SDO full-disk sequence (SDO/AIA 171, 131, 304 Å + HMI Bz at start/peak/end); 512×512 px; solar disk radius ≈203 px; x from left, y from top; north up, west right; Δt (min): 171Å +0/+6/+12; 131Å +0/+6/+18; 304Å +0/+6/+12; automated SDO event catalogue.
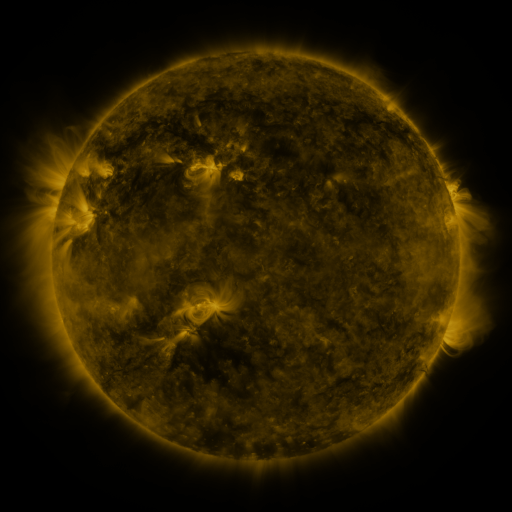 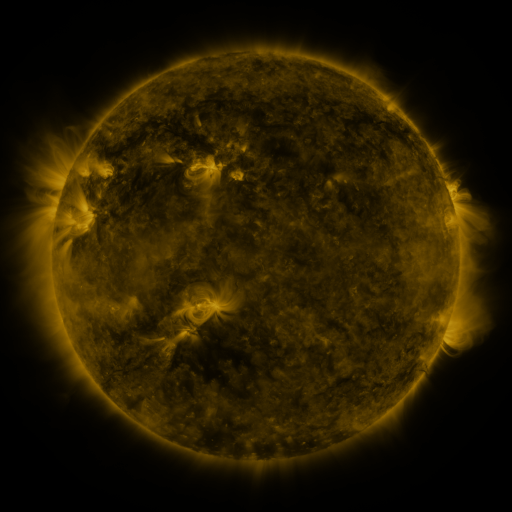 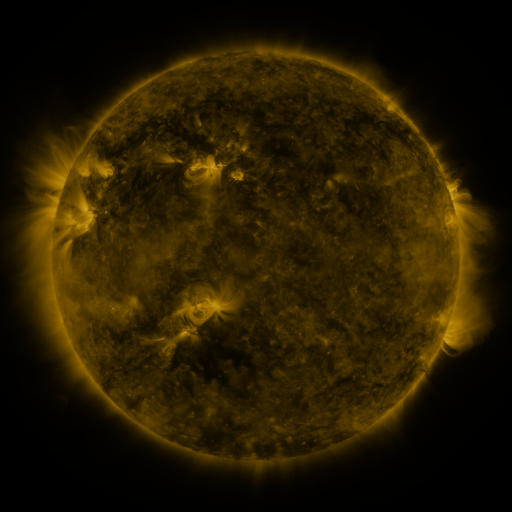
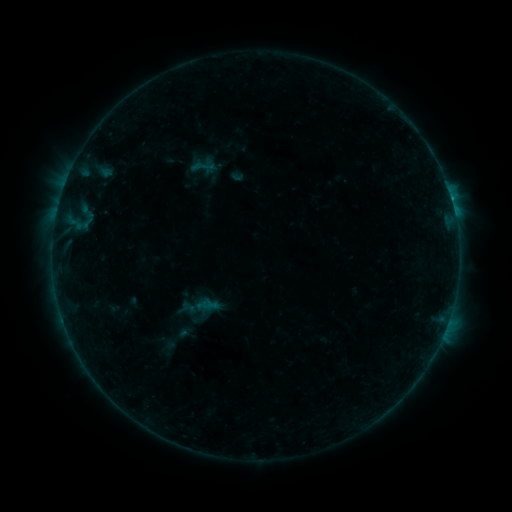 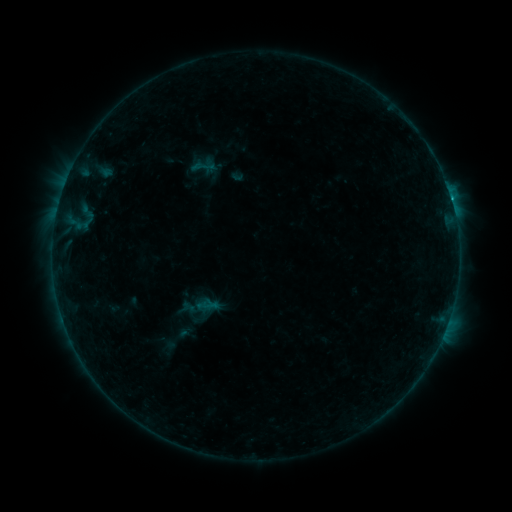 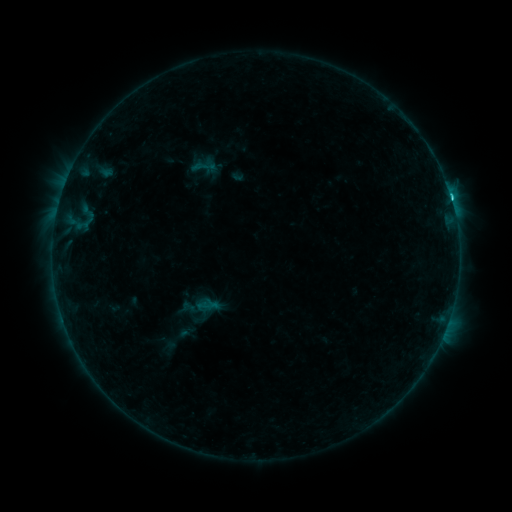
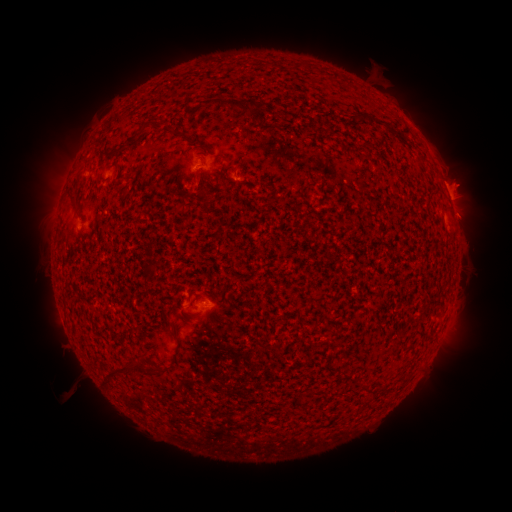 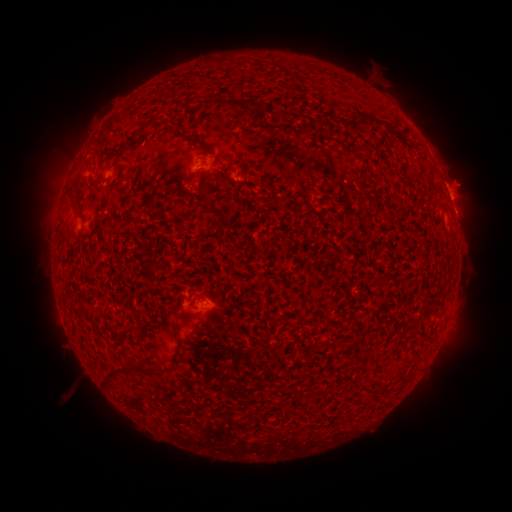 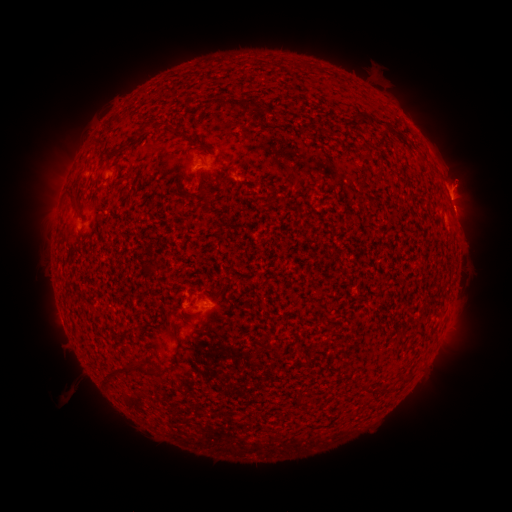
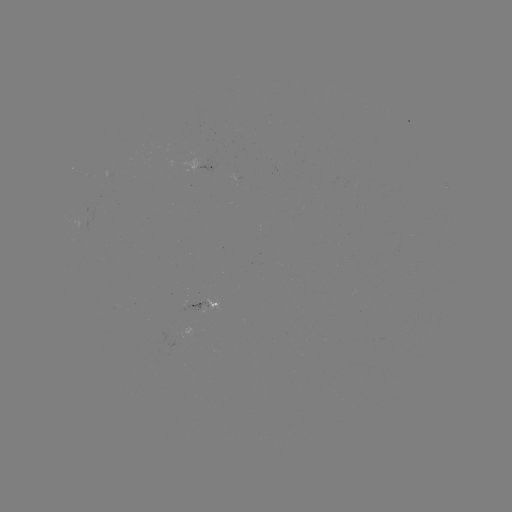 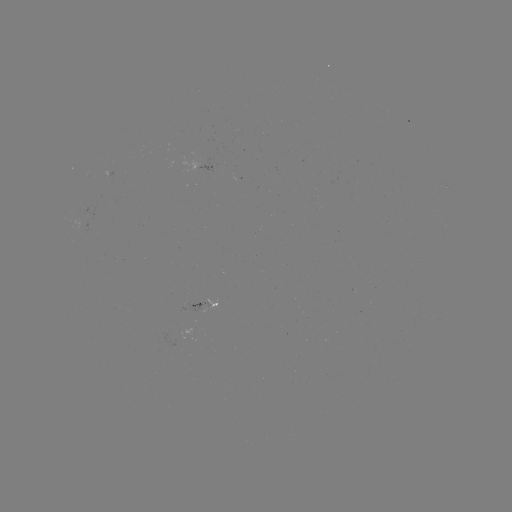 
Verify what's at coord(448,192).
C4.7 flare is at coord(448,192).